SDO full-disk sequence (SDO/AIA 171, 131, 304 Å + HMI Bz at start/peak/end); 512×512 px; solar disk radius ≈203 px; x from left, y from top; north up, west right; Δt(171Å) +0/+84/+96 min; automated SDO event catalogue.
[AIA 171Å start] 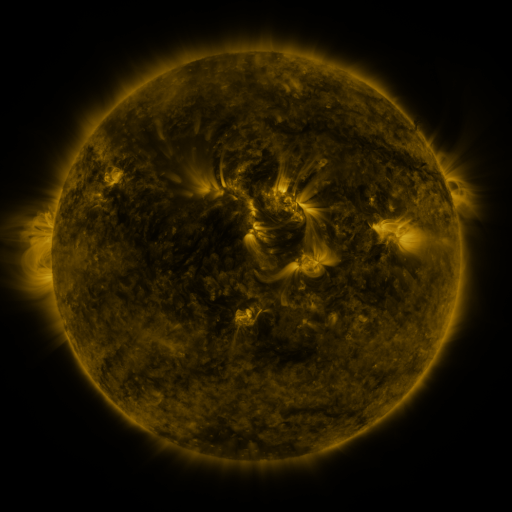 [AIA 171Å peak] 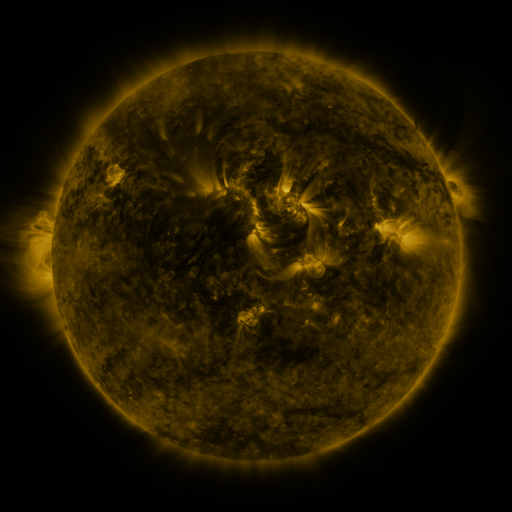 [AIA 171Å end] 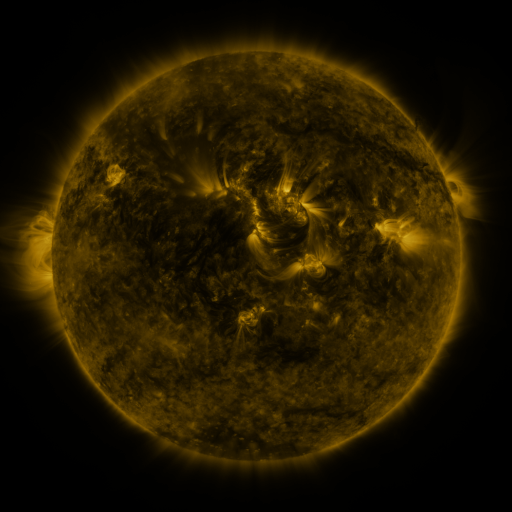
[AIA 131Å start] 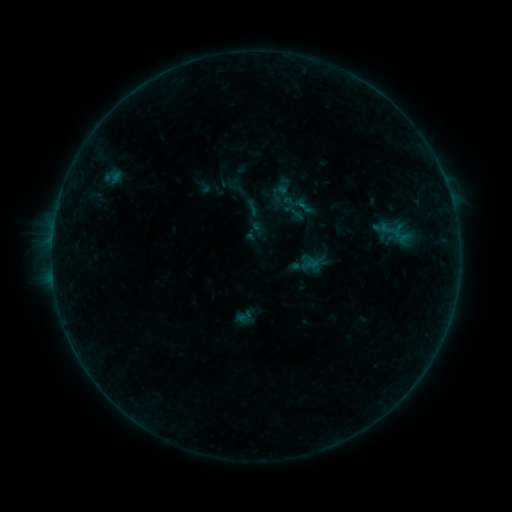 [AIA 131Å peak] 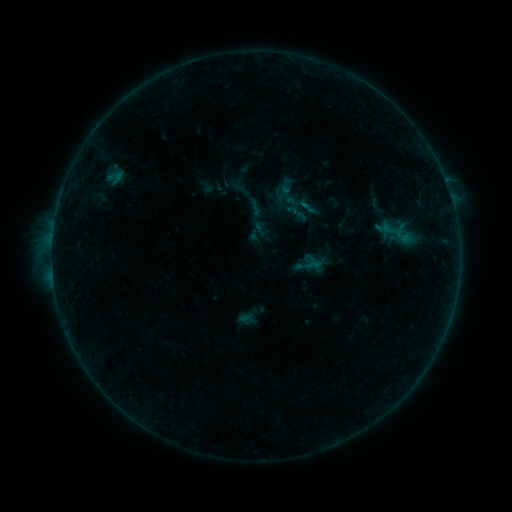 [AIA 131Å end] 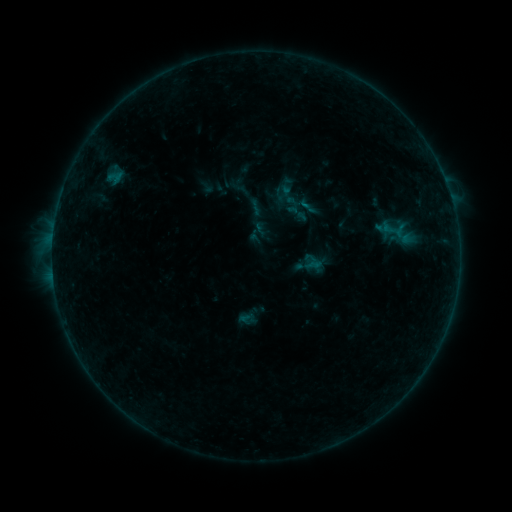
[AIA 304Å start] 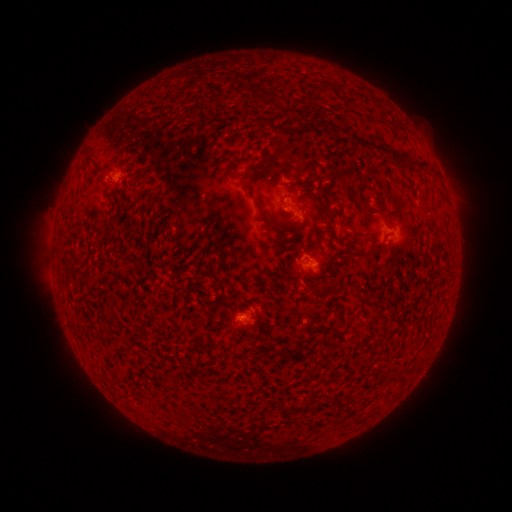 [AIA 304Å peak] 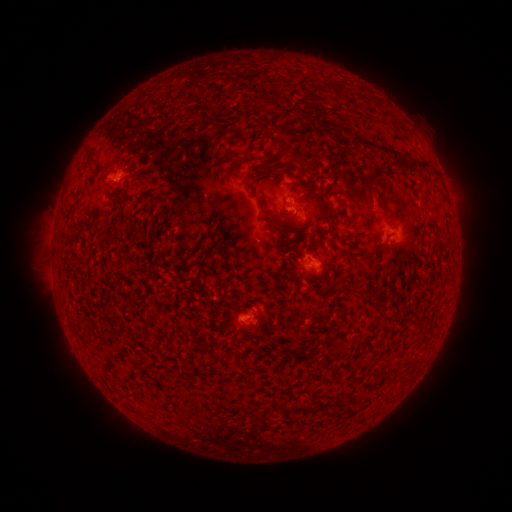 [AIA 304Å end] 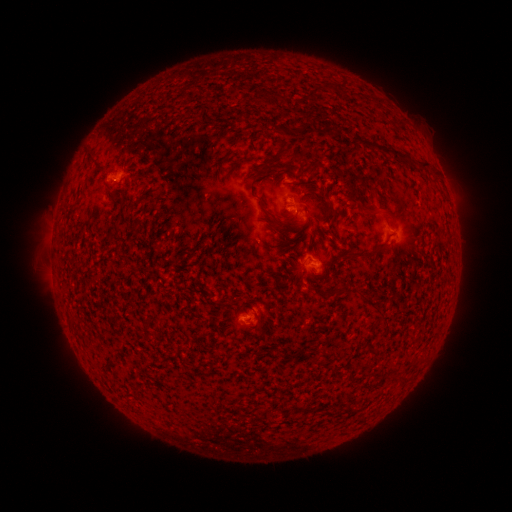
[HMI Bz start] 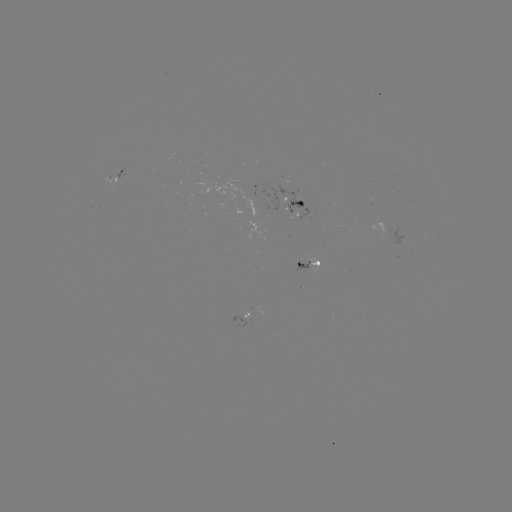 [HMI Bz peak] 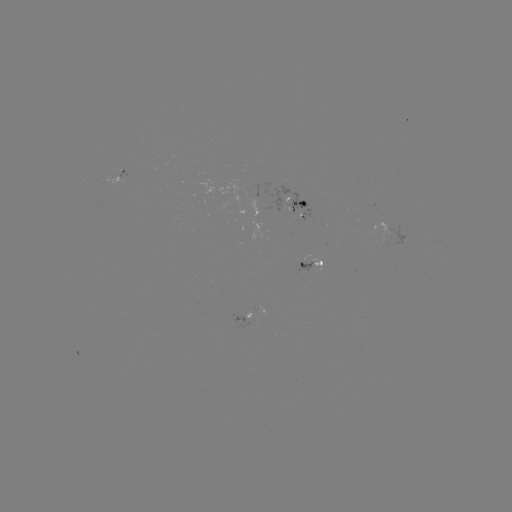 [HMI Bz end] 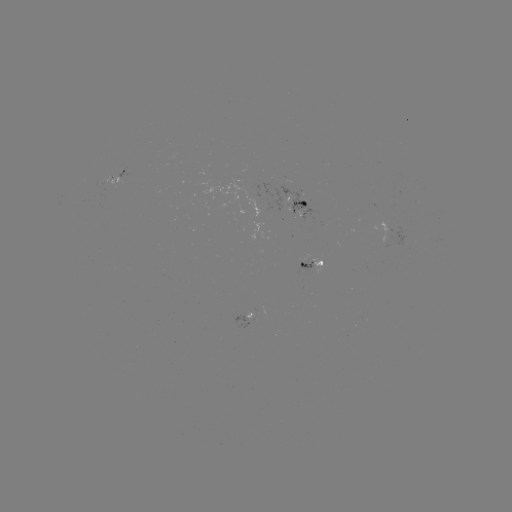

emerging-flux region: (278, 185, 315, 222)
